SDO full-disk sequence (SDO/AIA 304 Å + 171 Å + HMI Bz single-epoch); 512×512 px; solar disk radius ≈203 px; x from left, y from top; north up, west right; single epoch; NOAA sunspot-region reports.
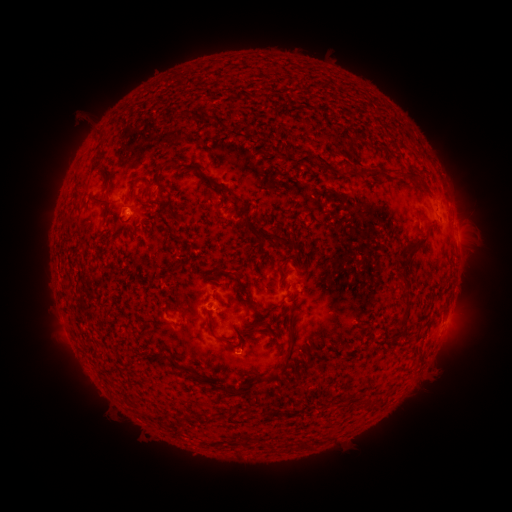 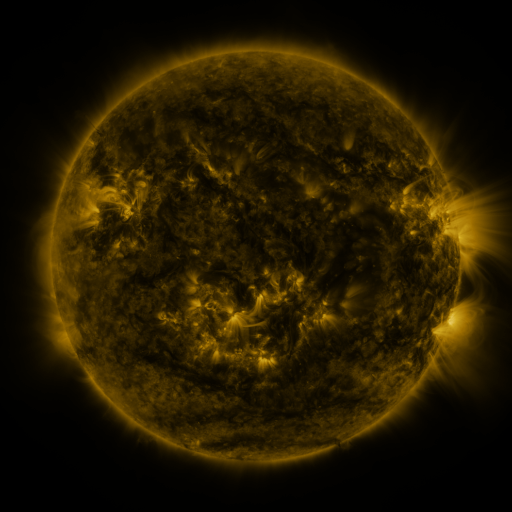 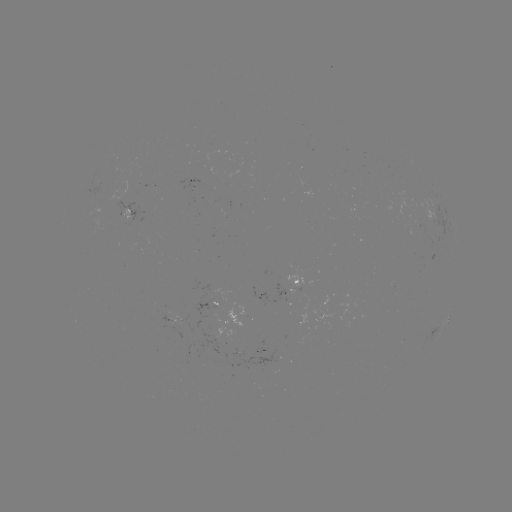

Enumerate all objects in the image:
spotted active region: (133, 211)
spotted active region: (301, 285)
spotted active region: (176, 313)
spotted active region: (448, 318)
spotted active region: (222, 326)
